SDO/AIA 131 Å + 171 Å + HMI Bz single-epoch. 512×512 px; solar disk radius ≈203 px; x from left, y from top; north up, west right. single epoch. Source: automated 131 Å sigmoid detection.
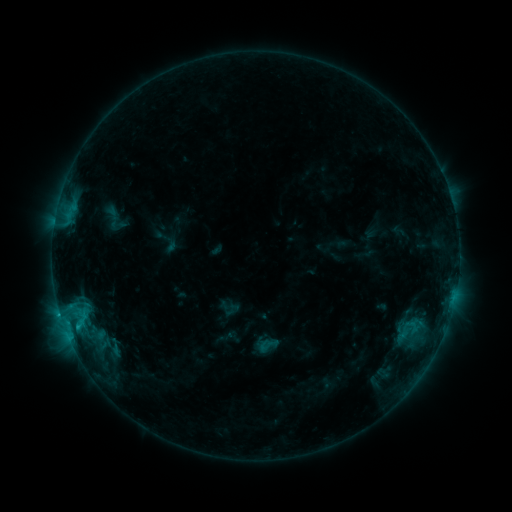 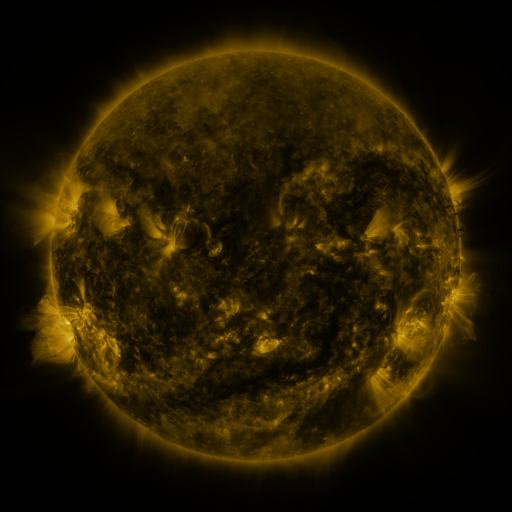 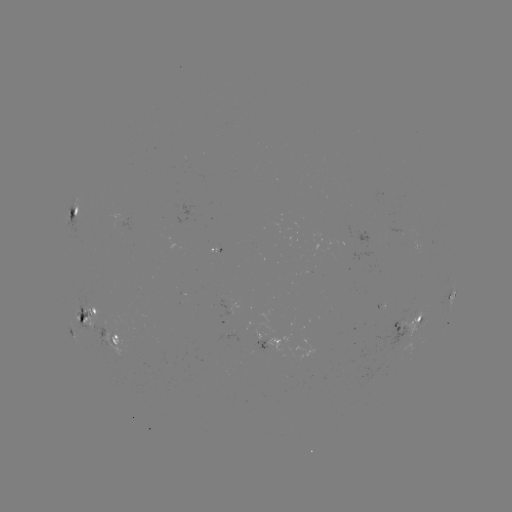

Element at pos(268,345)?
sigmoid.